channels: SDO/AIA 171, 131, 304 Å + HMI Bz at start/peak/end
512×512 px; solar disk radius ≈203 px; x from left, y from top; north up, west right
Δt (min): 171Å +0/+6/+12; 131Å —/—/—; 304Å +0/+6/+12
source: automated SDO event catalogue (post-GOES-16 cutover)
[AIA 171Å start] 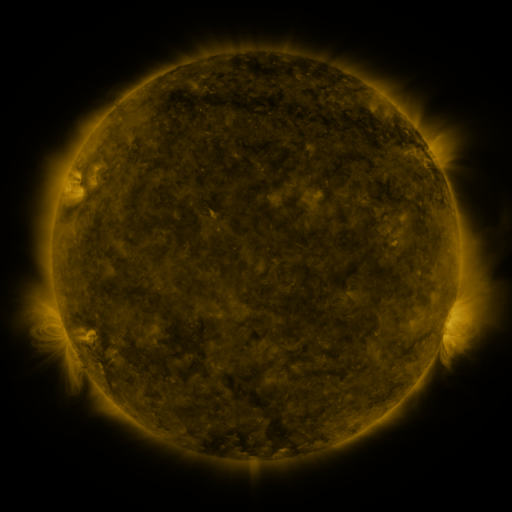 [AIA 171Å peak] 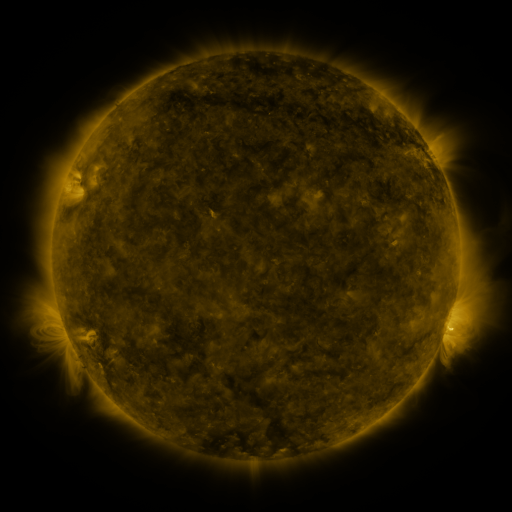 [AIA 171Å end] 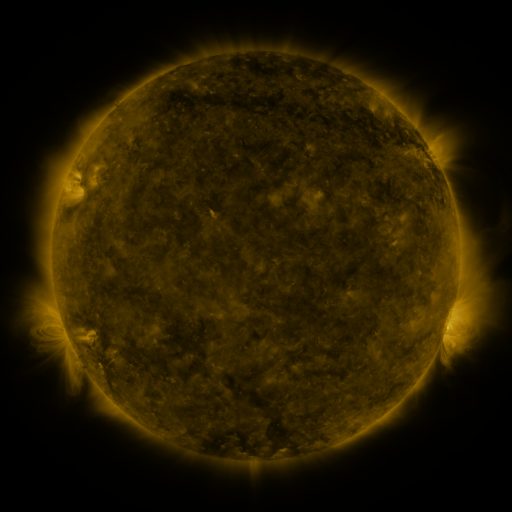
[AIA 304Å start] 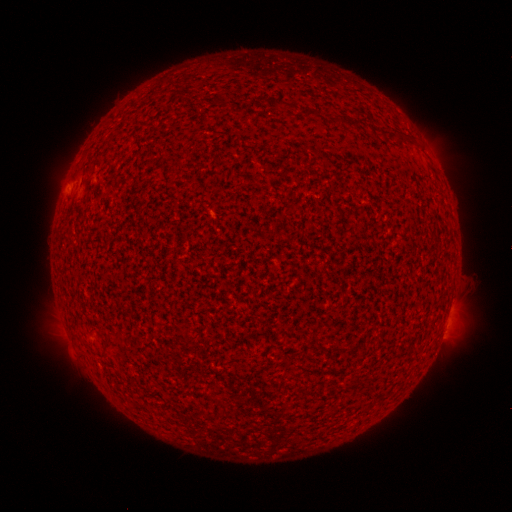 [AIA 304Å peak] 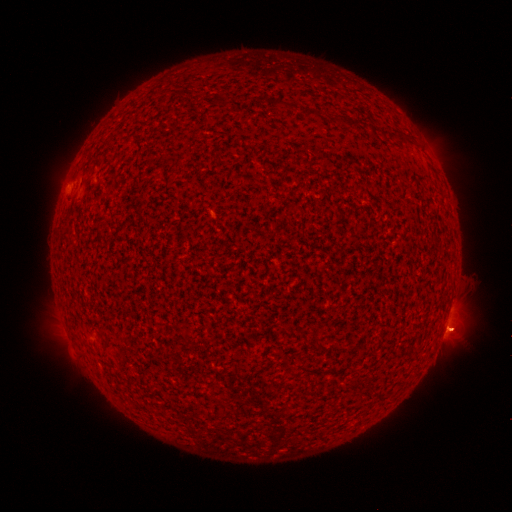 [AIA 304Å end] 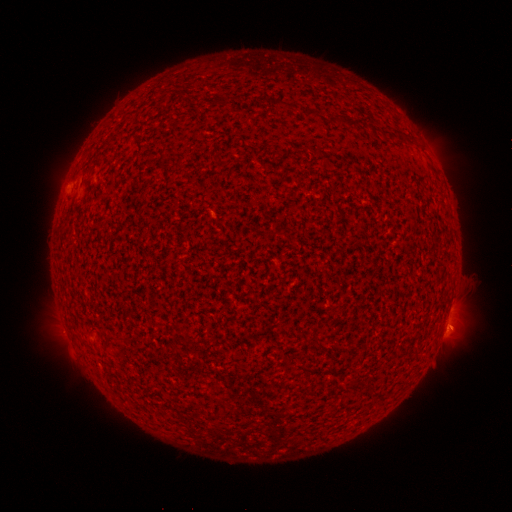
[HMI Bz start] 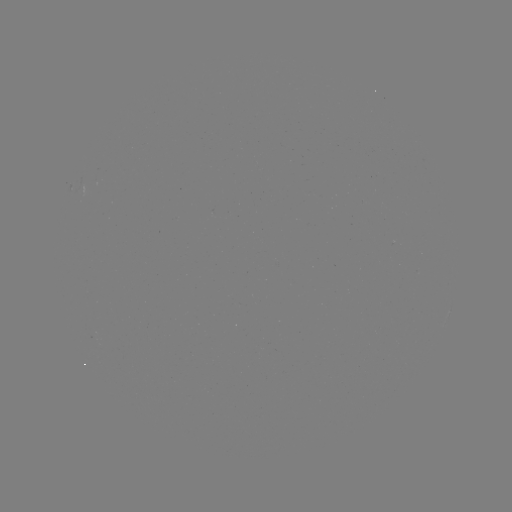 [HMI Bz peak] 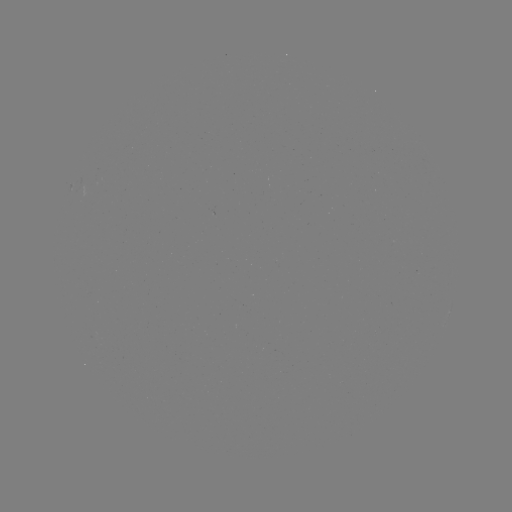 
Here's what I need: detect eruption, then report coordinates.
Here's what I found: eruption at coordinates [459, 330].